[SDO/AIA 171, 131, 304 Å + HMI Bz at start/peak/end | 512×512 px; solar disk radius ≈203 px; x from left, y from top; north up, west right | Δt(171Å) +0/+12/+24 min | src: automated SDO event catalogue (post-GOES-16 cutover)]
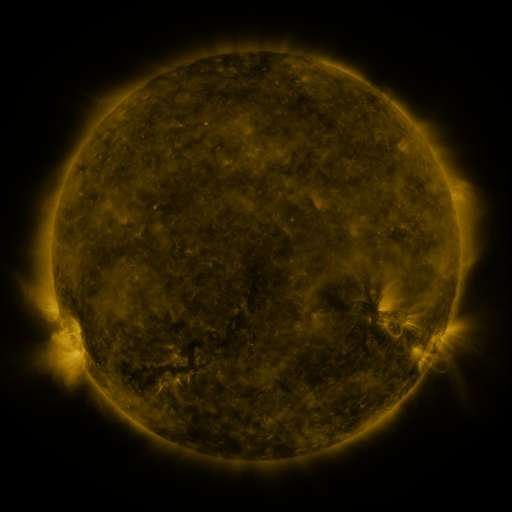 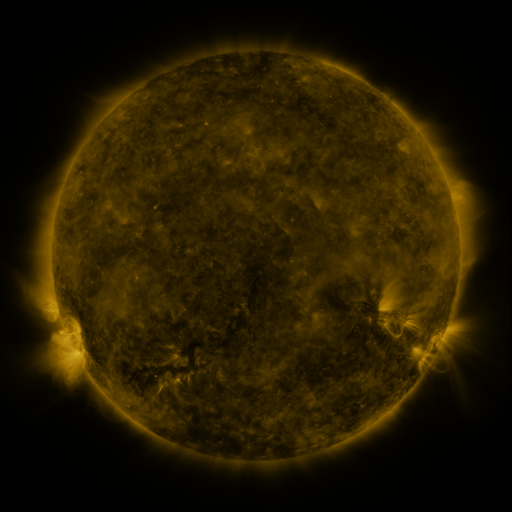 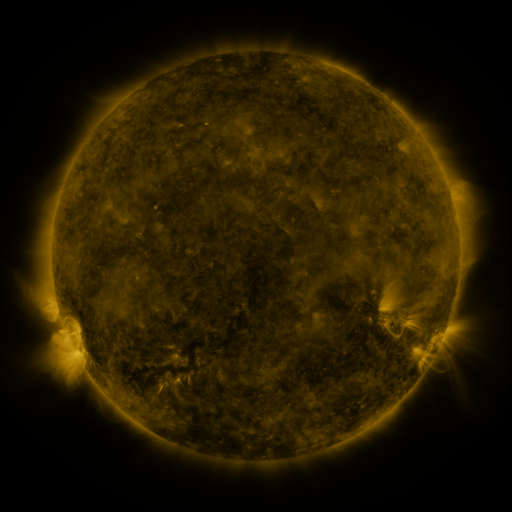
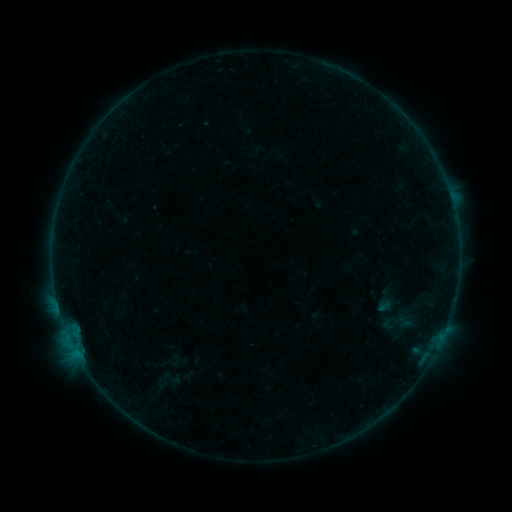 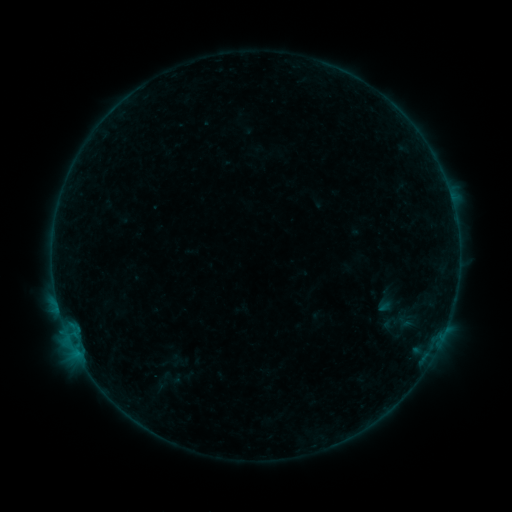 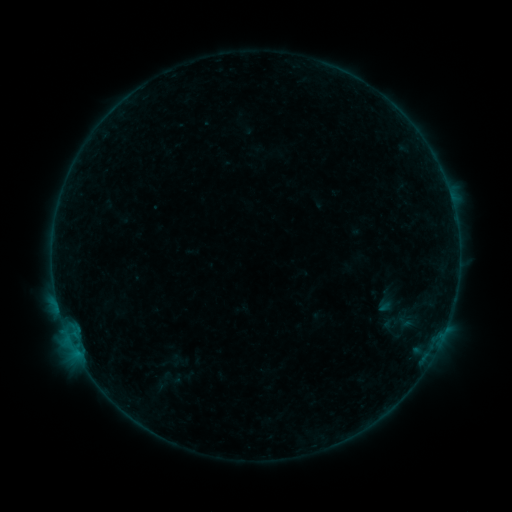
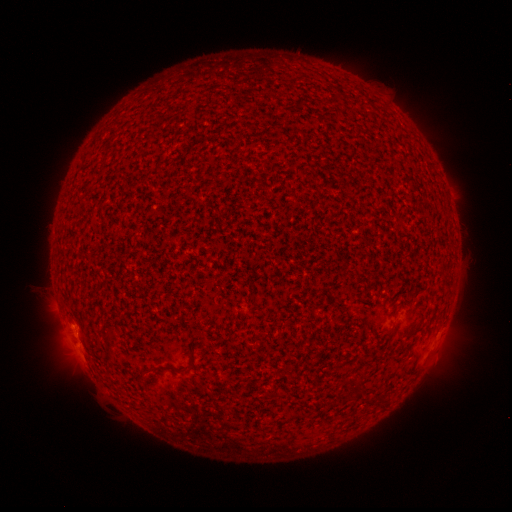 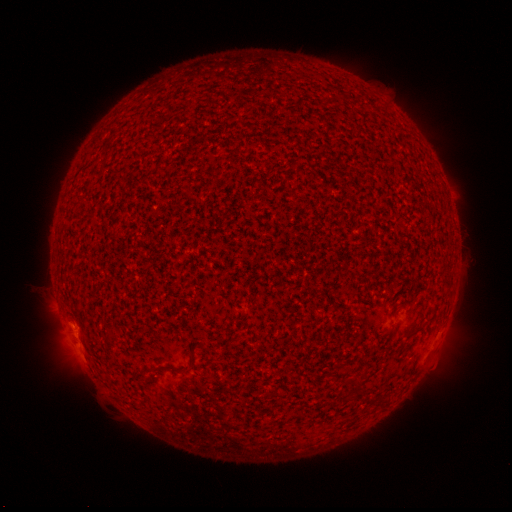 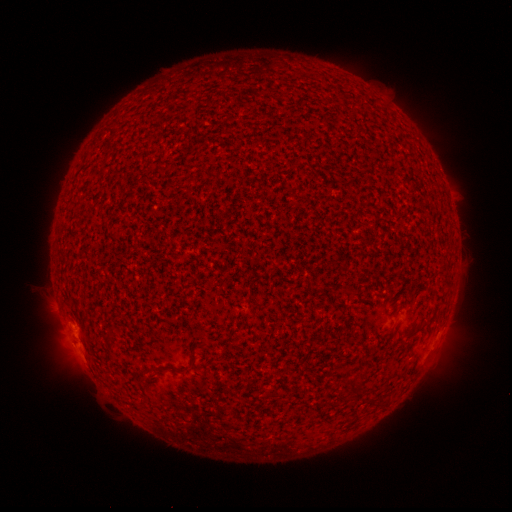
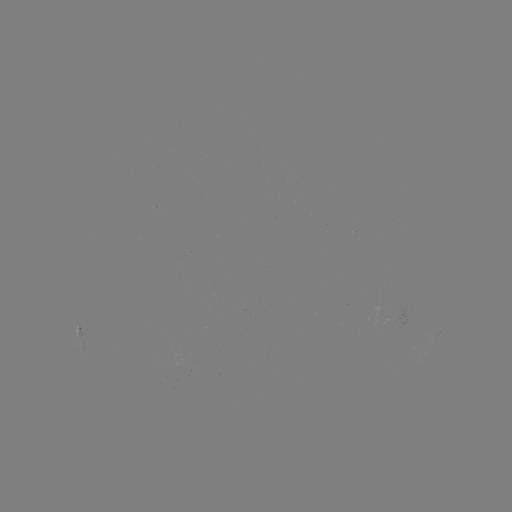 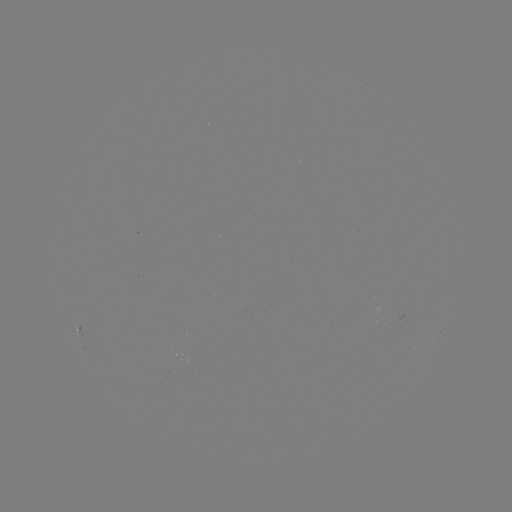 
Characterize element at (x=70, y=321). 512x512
B2.3 flare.